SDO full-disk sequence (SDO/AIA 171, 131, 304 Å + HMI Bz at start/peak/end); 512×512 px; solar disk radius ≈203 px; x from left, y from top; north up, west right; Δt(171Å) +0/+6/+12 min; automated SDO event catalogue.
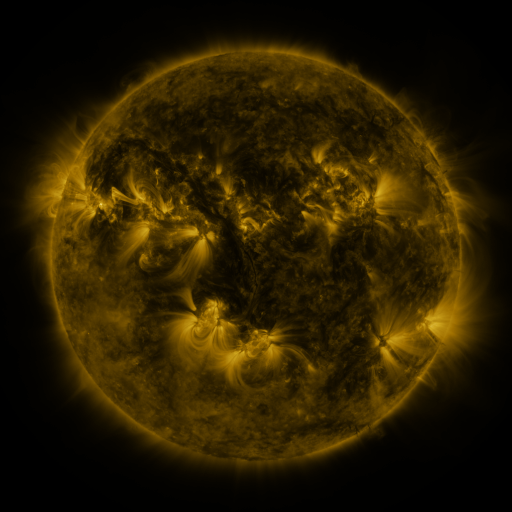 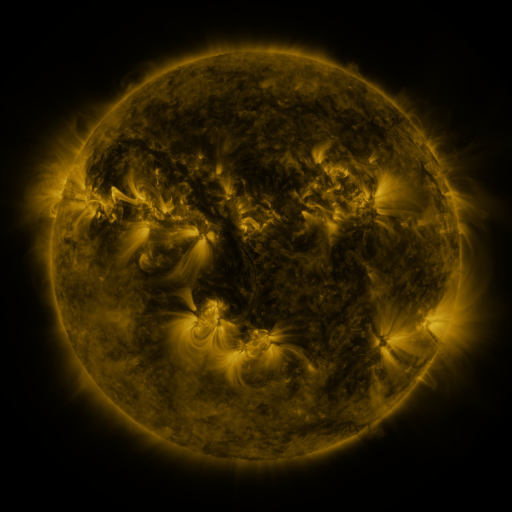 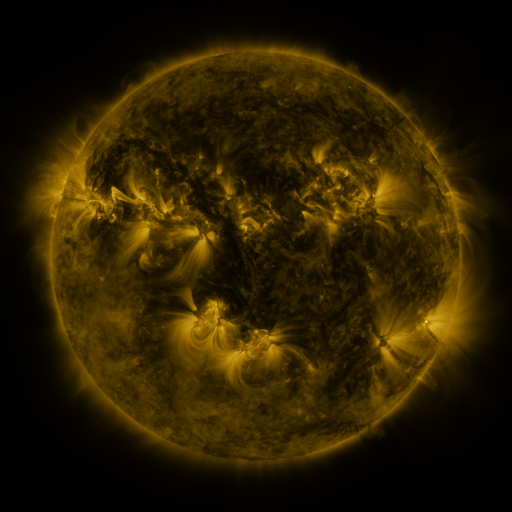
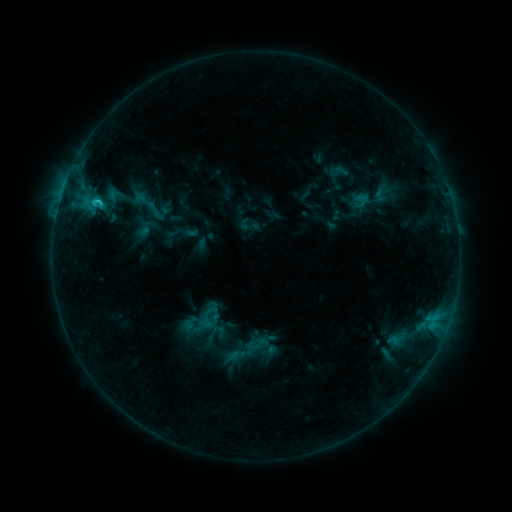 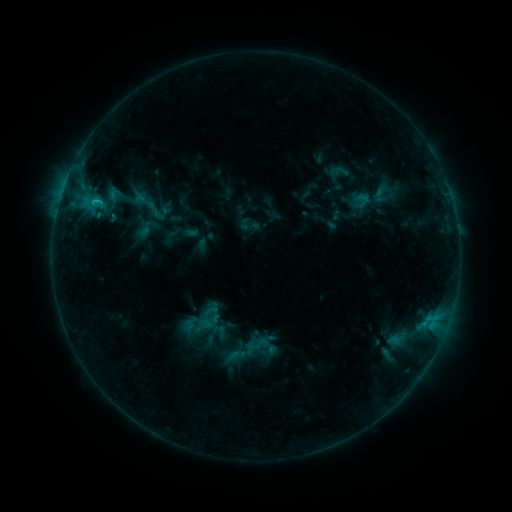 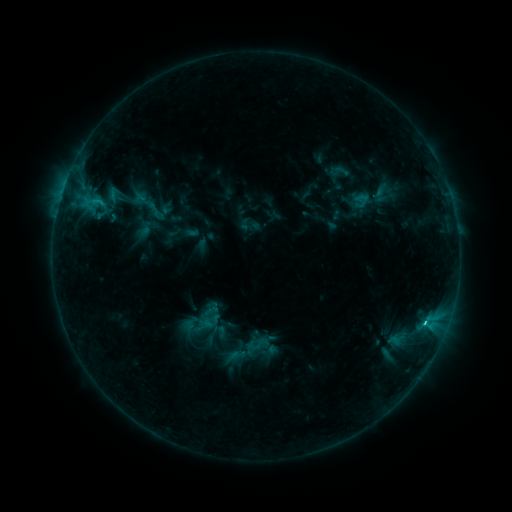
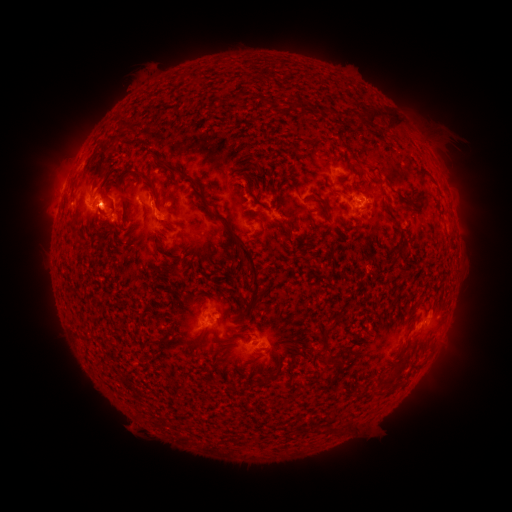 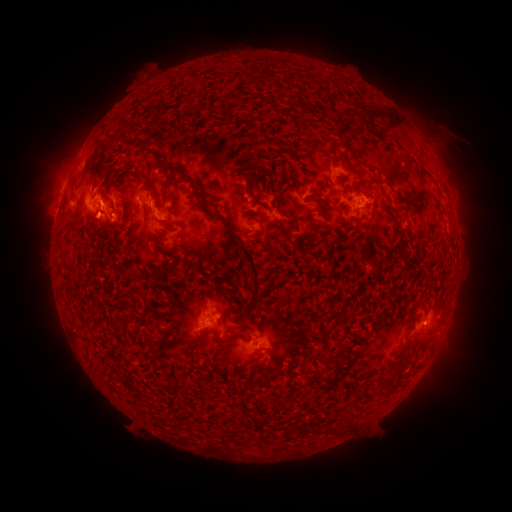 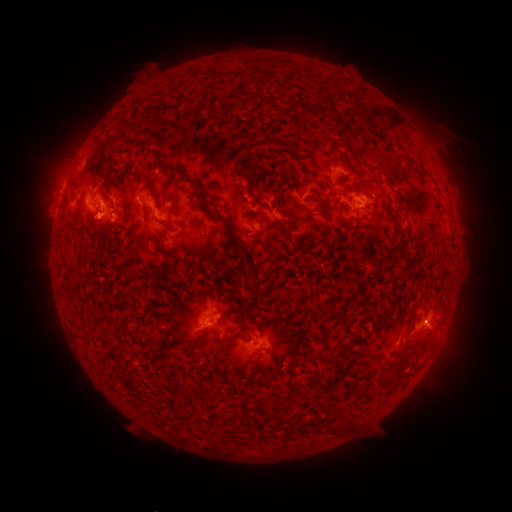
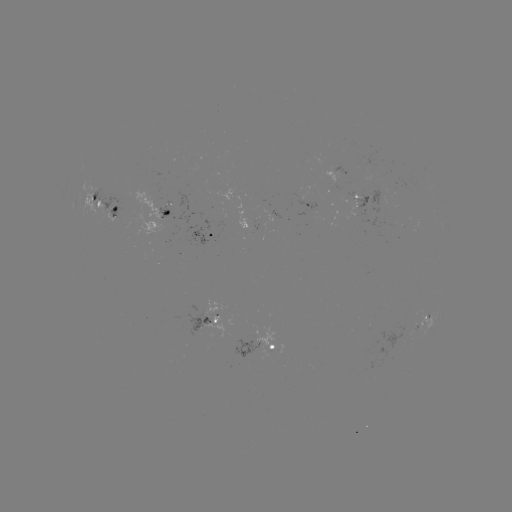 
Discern eruption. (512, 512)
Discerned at (430, 324).